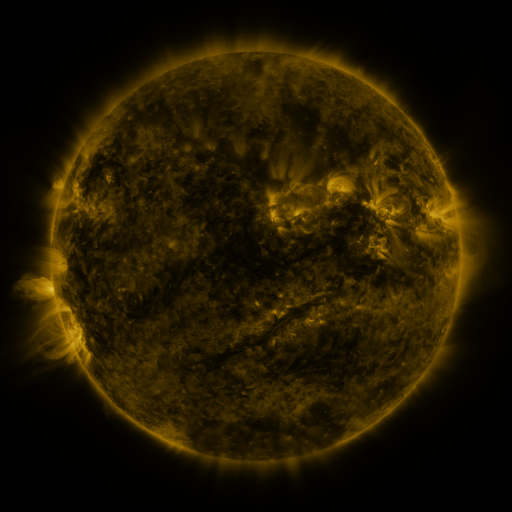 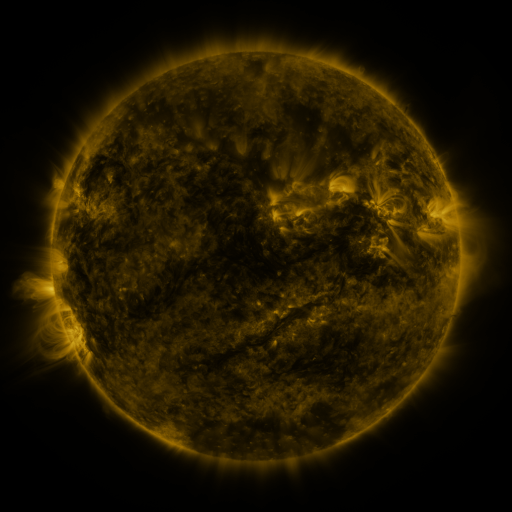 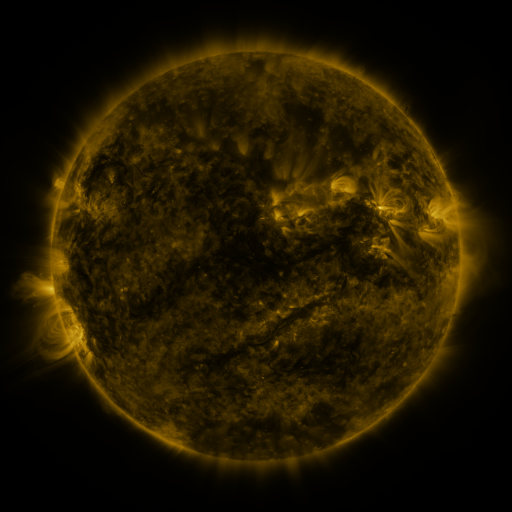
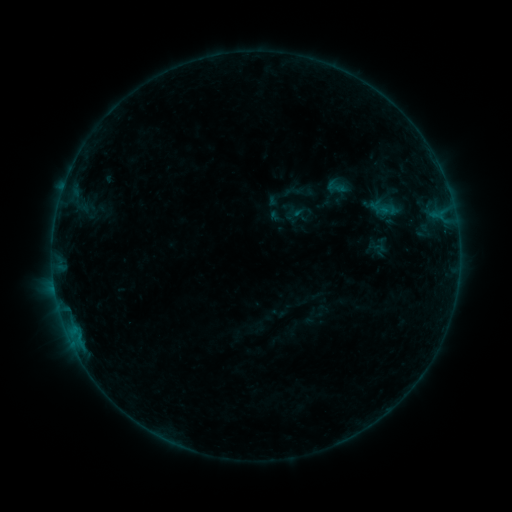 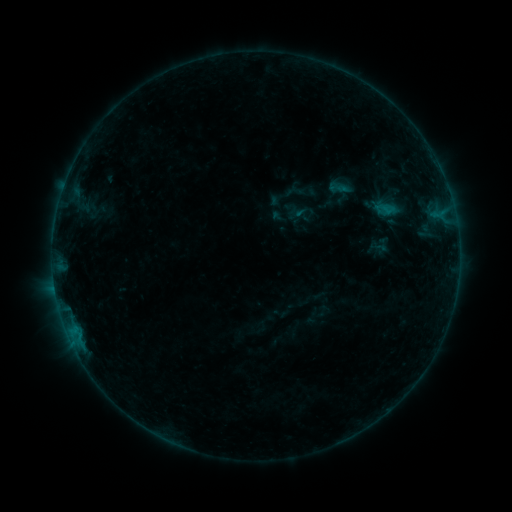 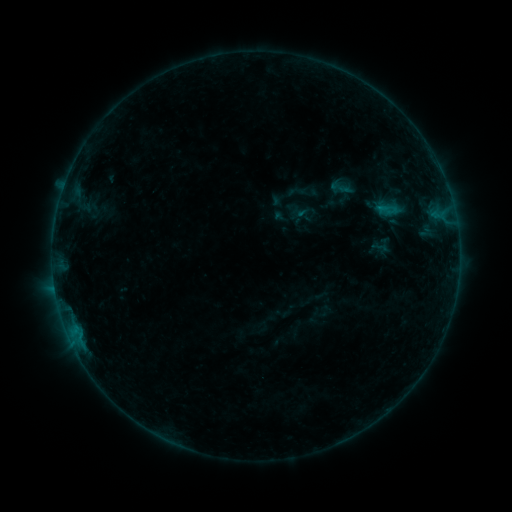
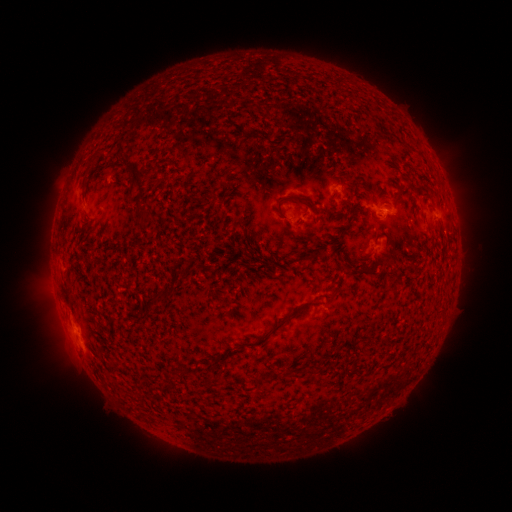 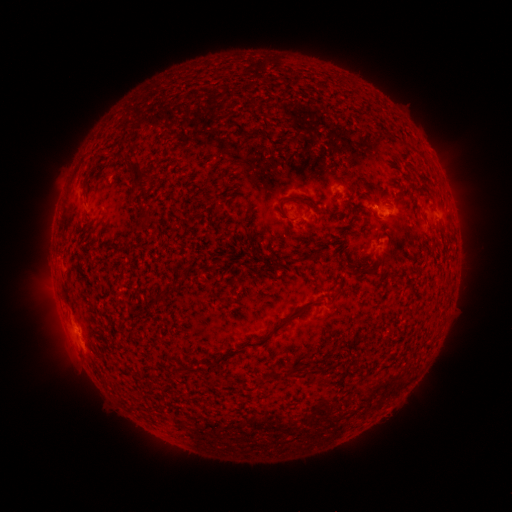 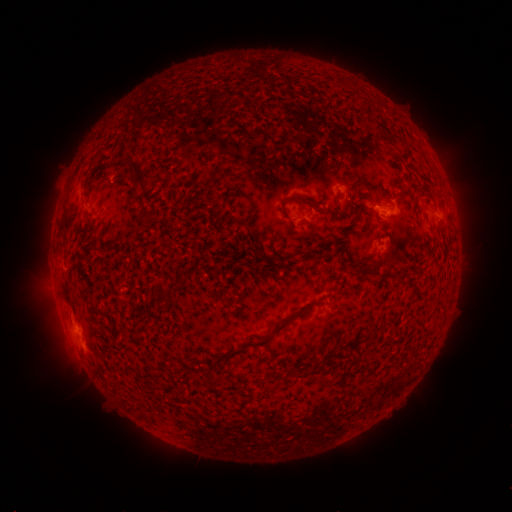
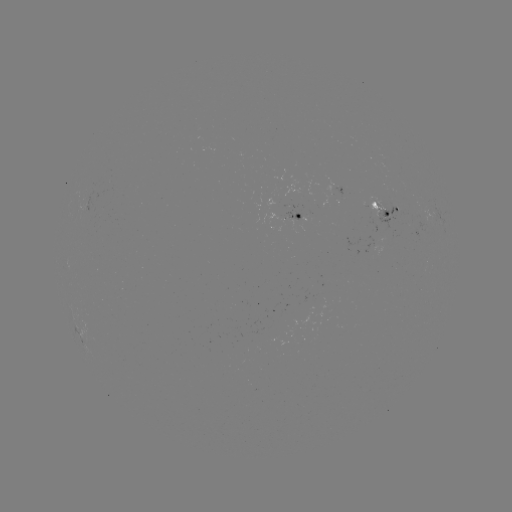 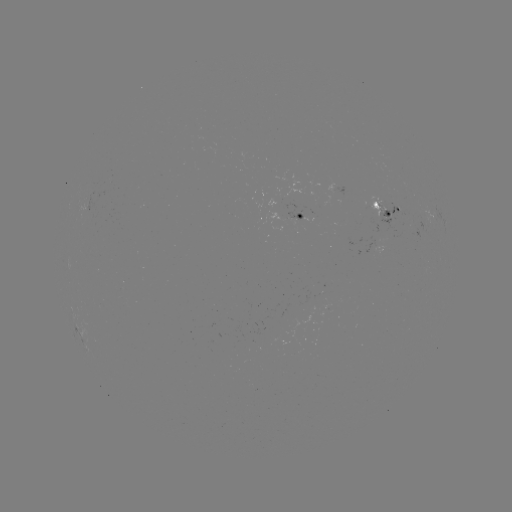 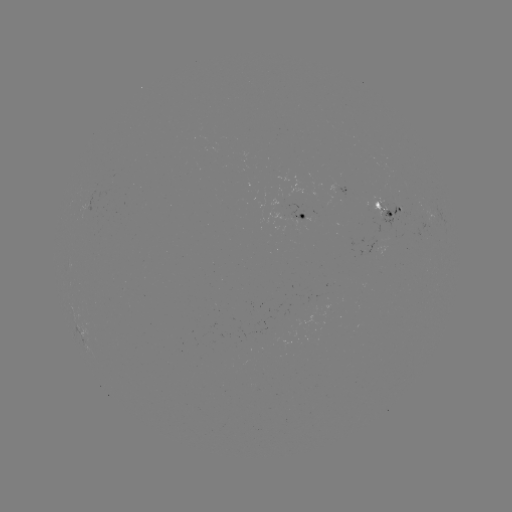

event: flare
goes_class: B3.7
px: (385, 208)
